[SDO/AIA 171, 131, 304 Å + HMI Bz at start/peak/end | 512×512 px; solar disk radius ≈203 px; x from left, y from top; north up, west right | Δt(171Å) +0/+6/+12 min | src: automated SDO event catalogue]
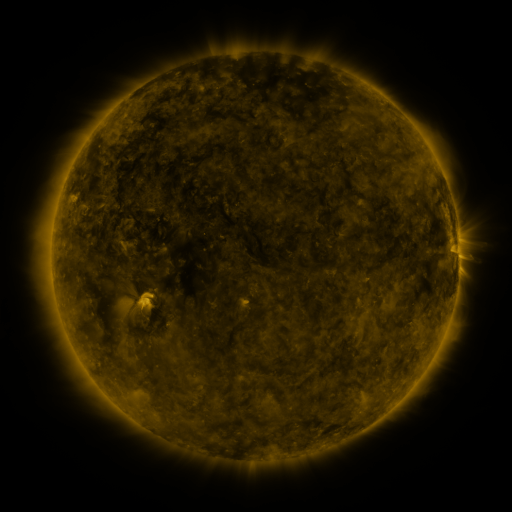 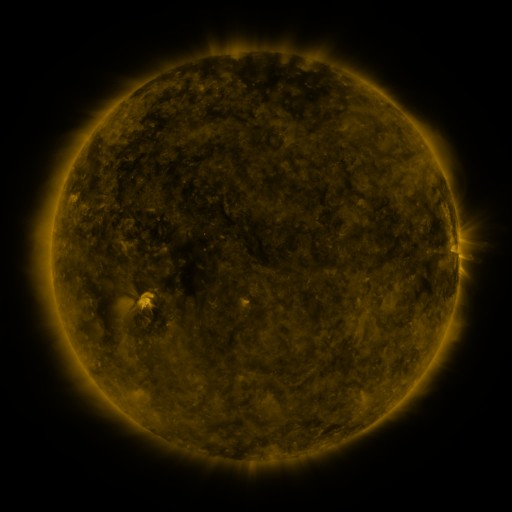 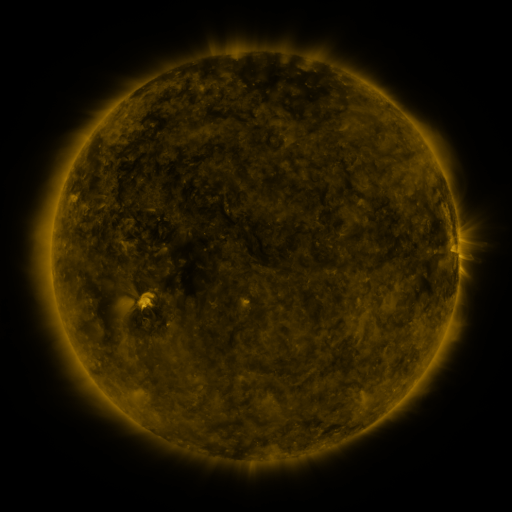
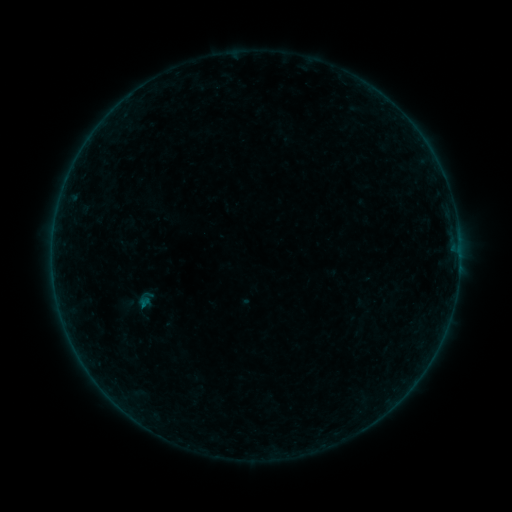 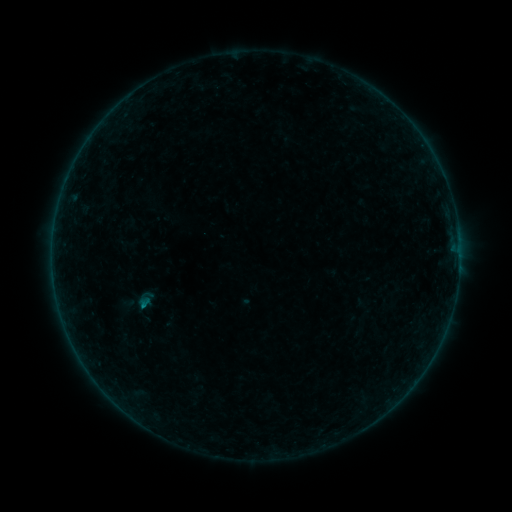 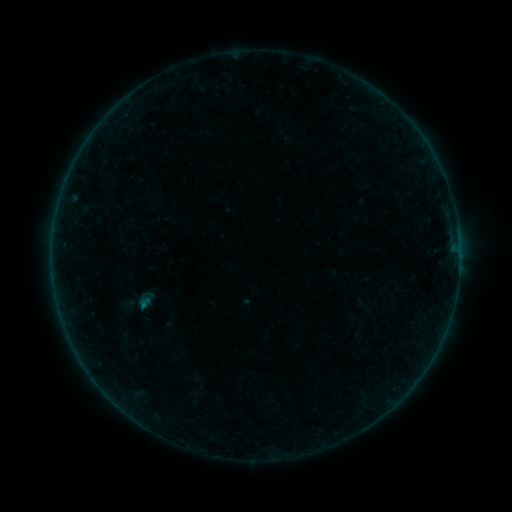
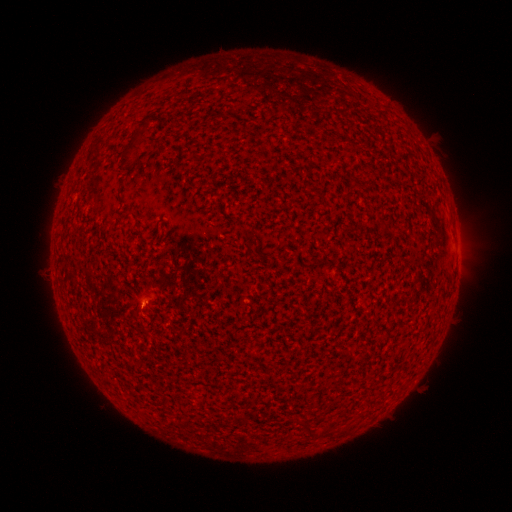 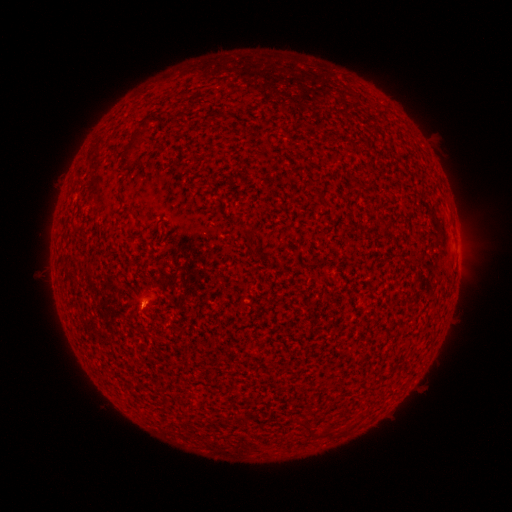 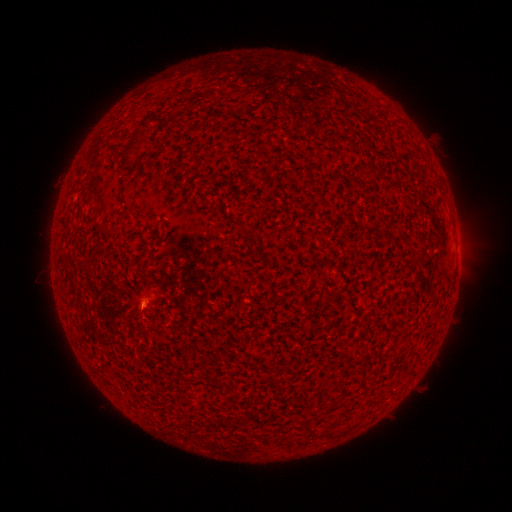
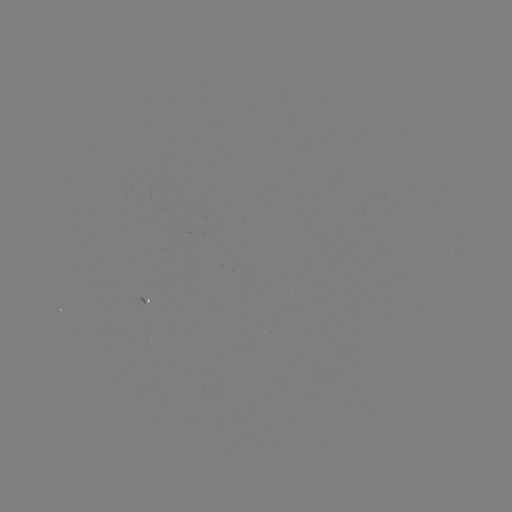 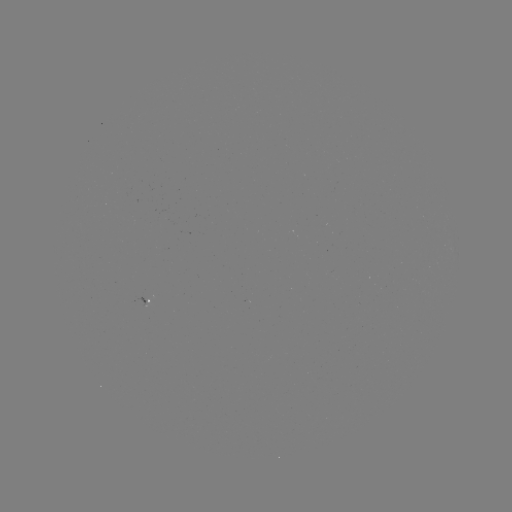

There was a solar flare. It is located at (146, 303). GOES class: A8.9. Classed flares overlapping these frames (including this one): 1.